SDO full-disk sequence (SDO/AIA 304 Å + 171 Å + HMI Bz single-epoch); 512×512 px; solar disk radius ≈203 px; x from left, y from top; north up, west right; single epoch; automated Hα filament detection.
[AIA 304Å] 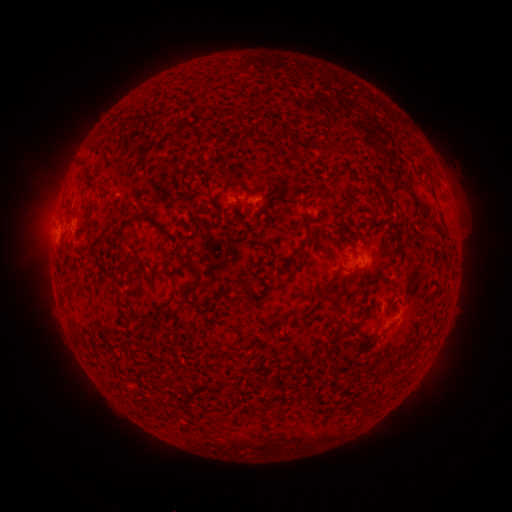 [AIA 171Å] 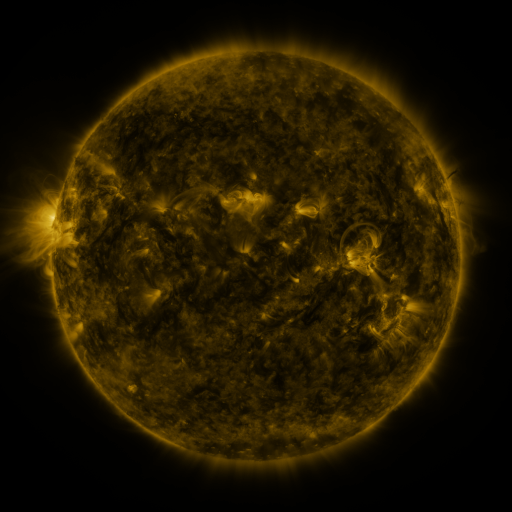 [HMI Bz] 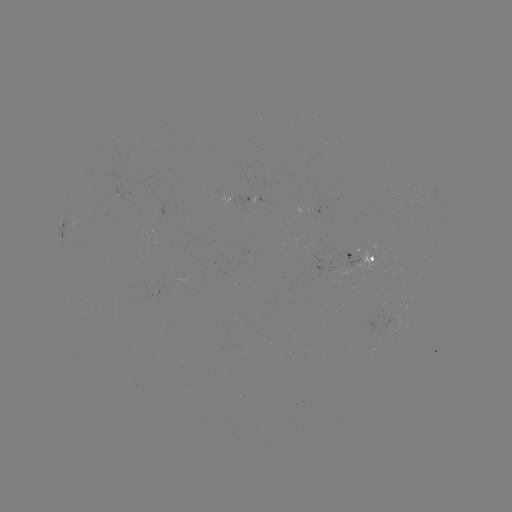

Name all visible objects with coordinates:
filament: (219, 111, 227, 120)
filament: (329, 141, 350, 154)
filament: (369, 174, 378, 183)
filament: (97, 183, 107, 191)
filament: (274, 202, 289, 221)
filament: (82, 211, 94, 227)
filament: (306, 238, 317, 249)
filament: (183, 257, 197, 273)
filament: (332, 265, 344, 278)
filament: (160, 288, 176, 311)
filament: (300, 306, 313, 315)
filament: (342, 318, 364, 339)
